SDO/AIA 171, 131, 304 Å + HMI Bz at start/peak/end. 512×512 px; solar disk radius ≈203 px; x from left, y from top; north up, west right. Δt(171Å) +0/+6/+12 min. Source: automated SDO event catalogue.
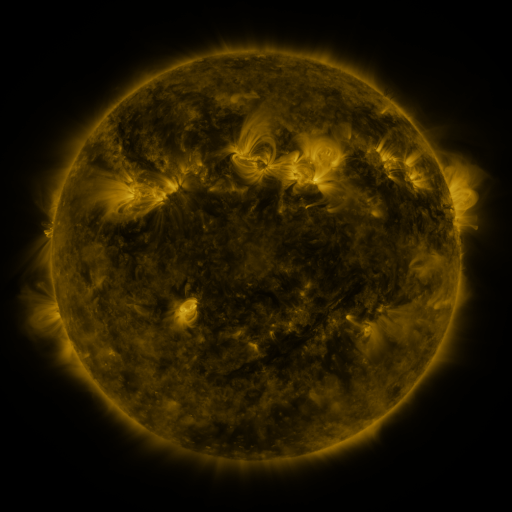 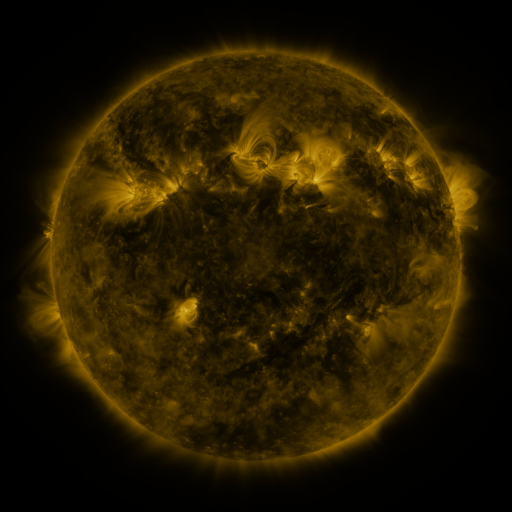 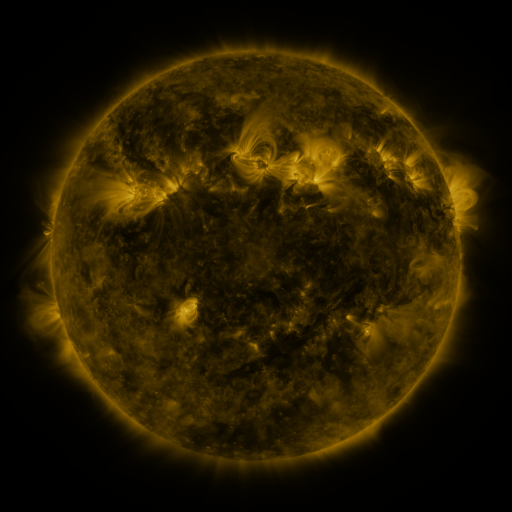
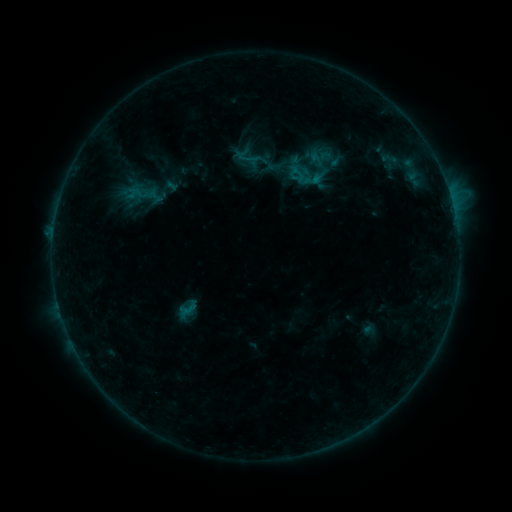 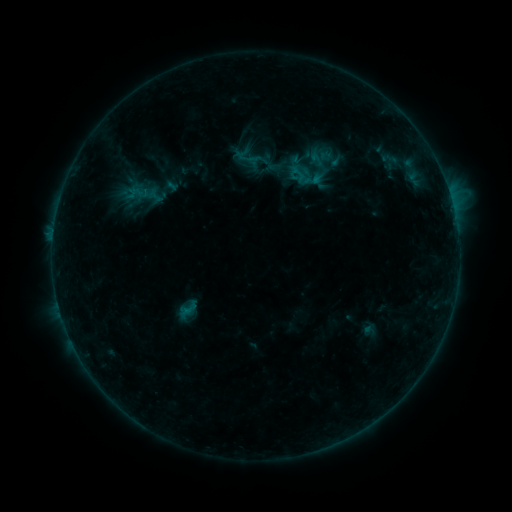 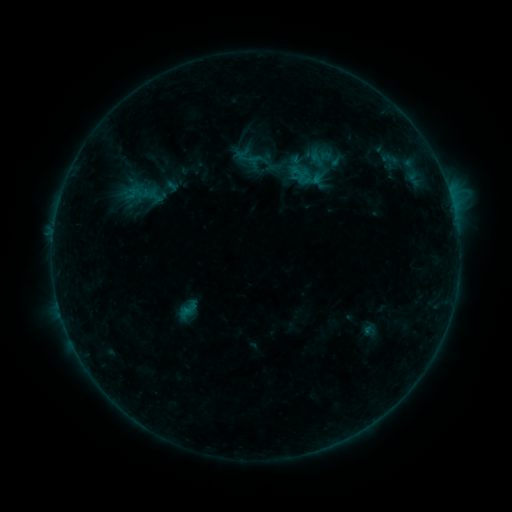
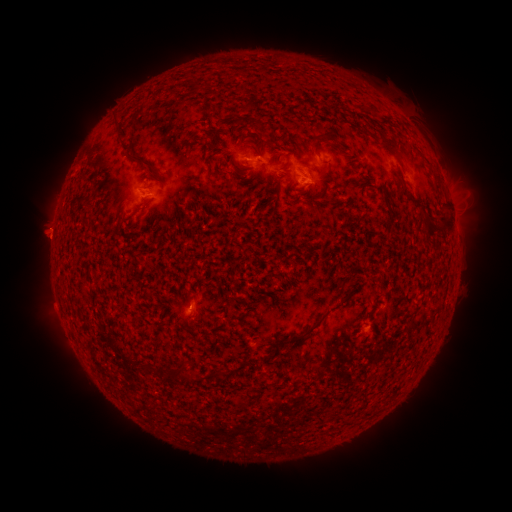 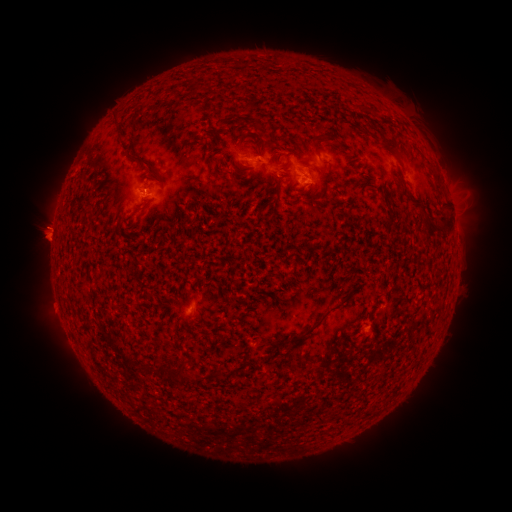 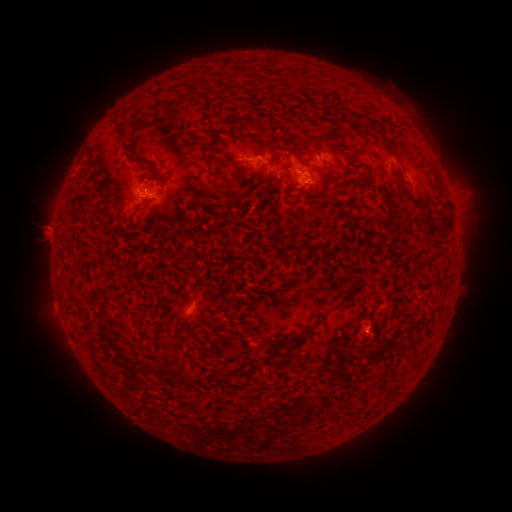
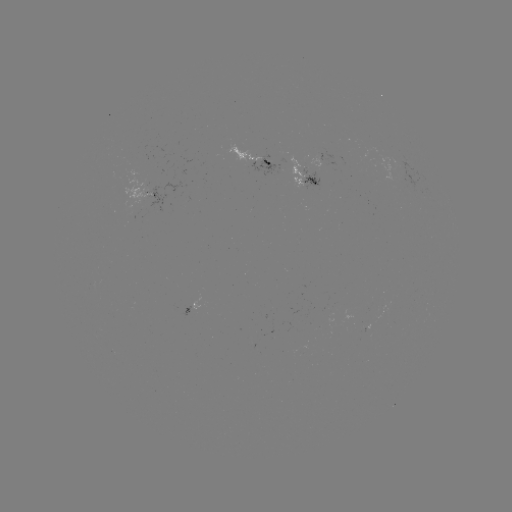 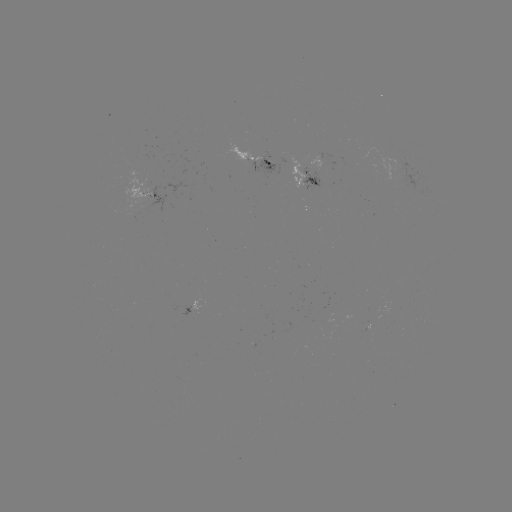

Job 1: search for eruption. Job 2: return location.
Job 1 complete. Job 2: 50,312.